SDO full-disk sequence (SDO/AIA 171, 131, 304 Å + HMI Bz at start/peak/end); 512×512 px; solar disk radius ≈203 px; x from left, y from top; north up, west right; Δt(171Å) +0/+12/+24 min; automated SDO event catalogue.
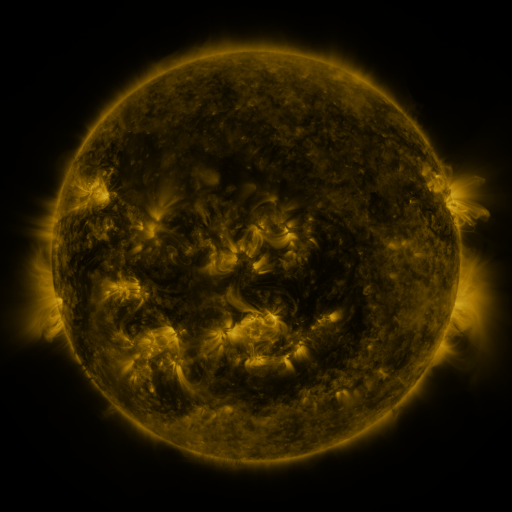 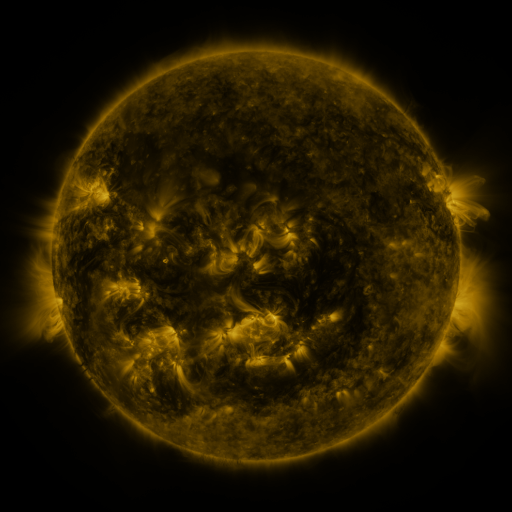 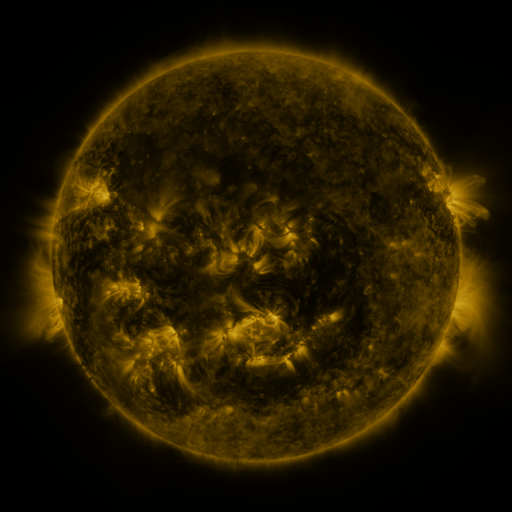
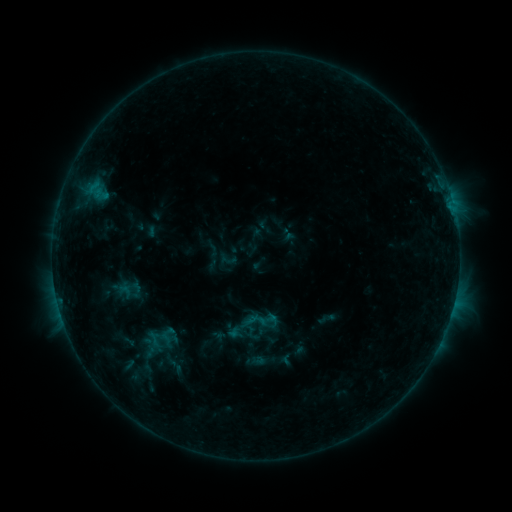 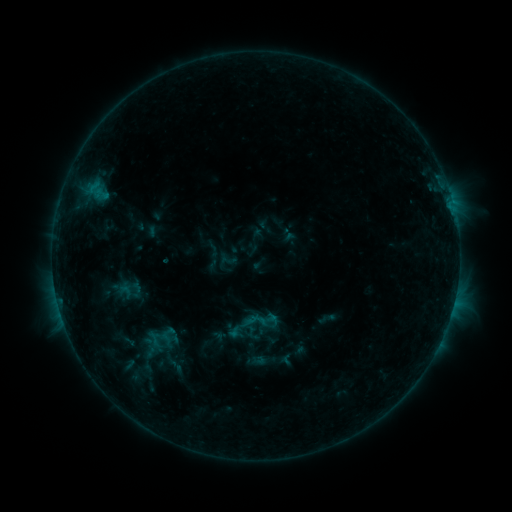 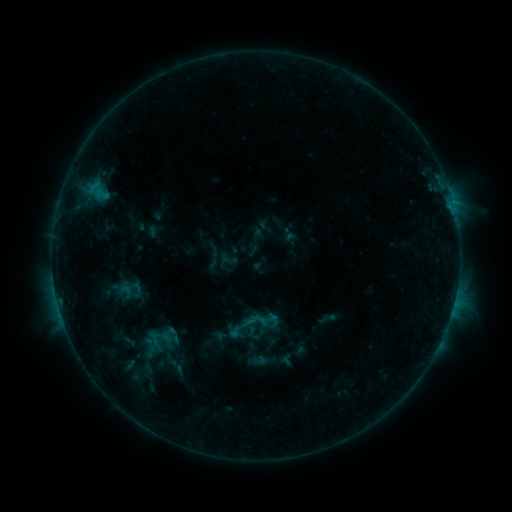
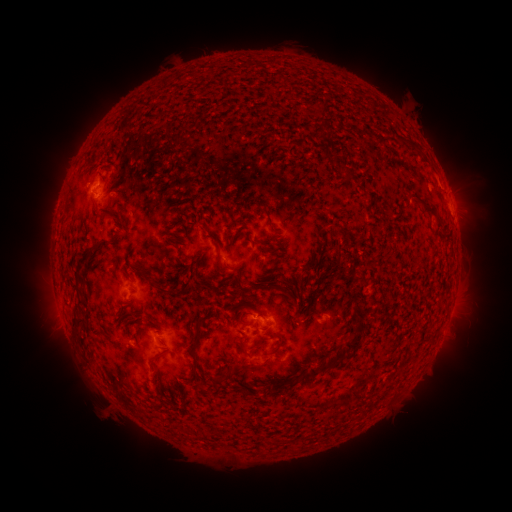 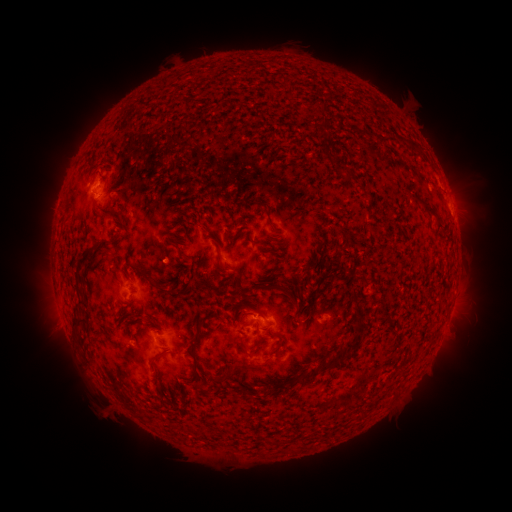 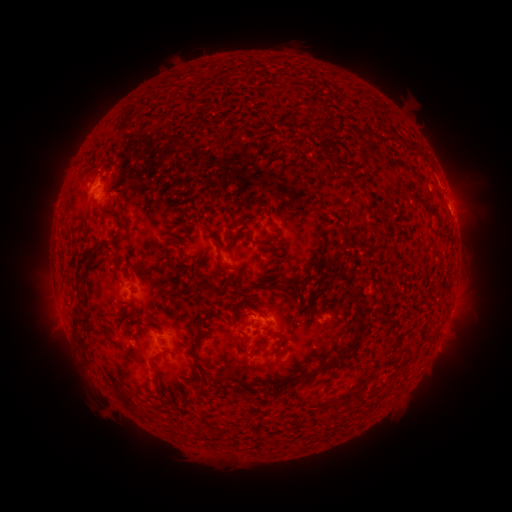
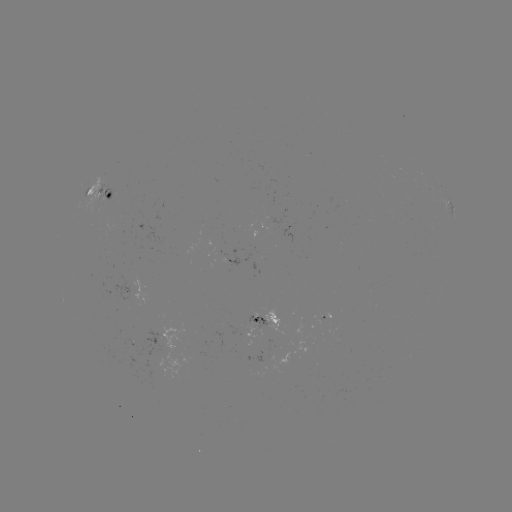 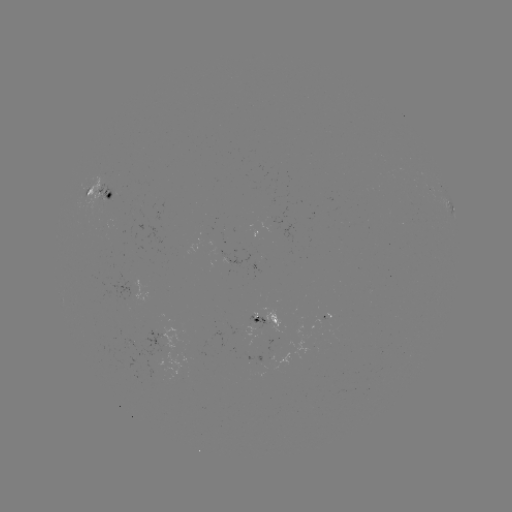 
no flare in any classed list; no EUV-trigger detection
